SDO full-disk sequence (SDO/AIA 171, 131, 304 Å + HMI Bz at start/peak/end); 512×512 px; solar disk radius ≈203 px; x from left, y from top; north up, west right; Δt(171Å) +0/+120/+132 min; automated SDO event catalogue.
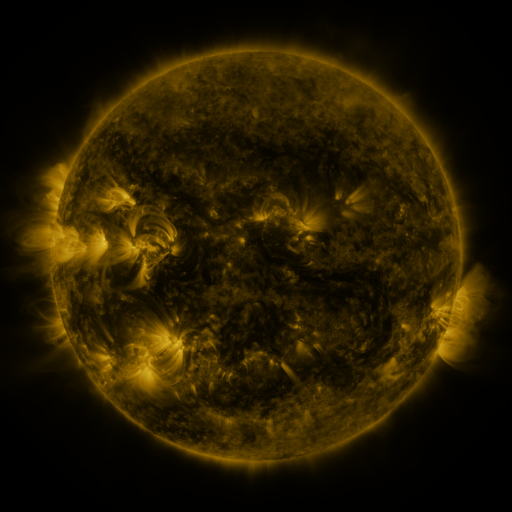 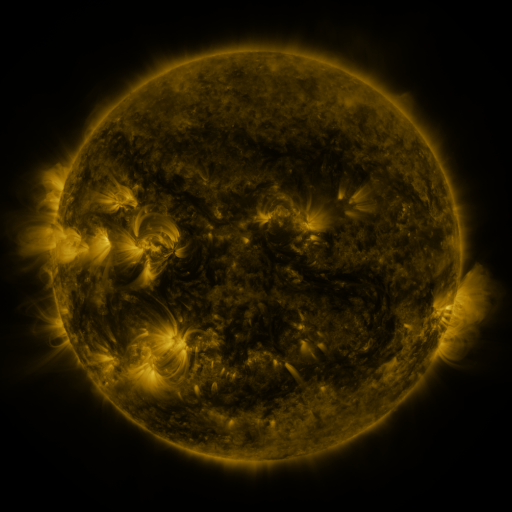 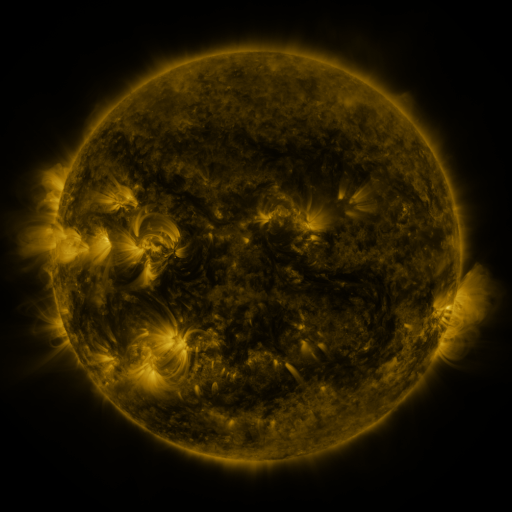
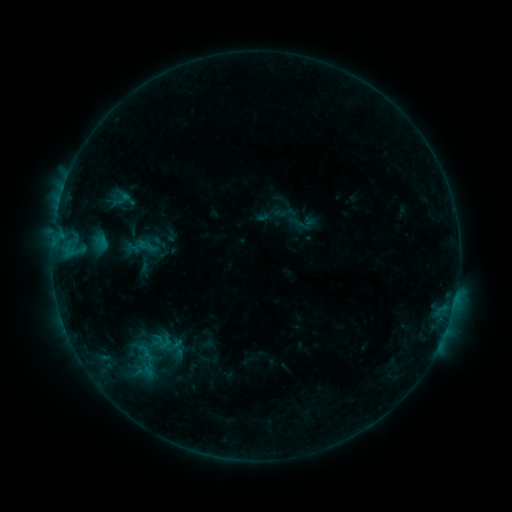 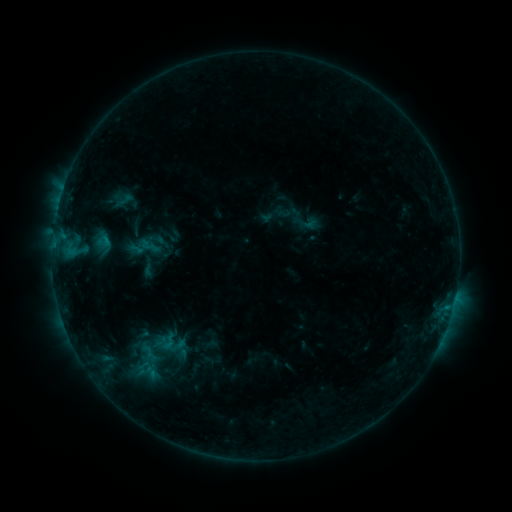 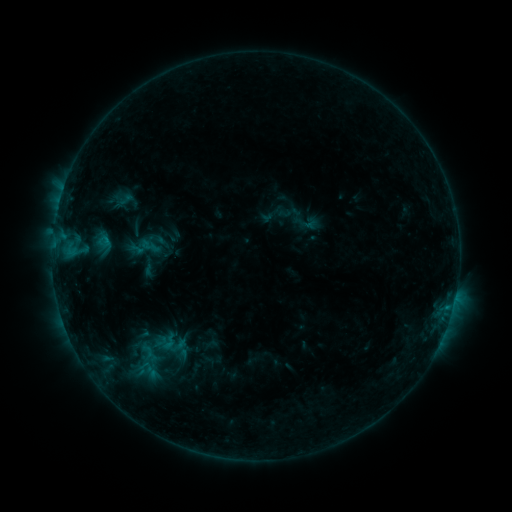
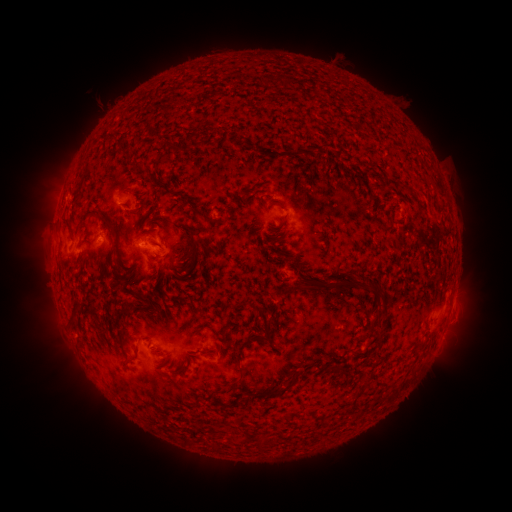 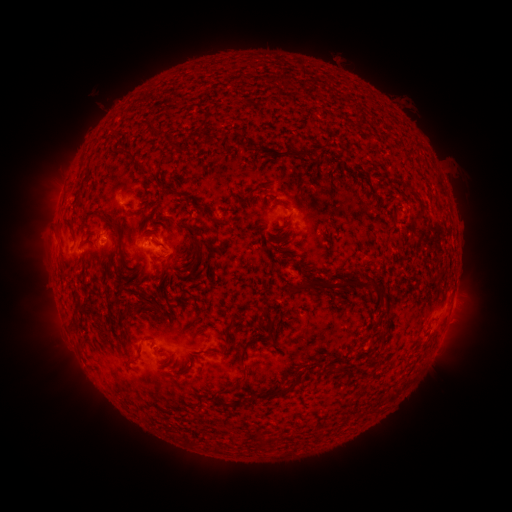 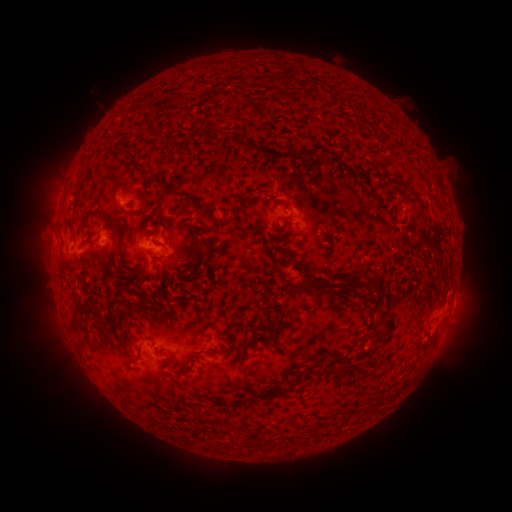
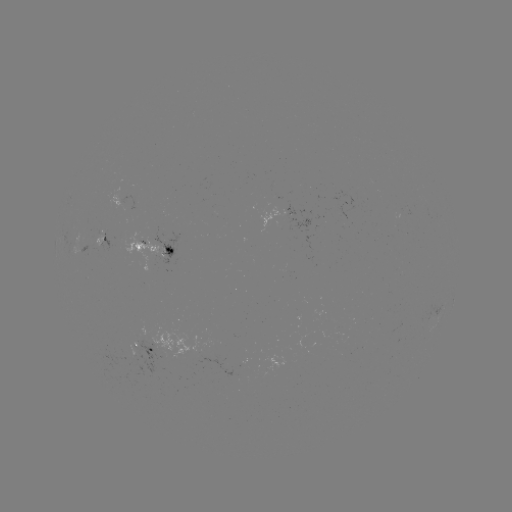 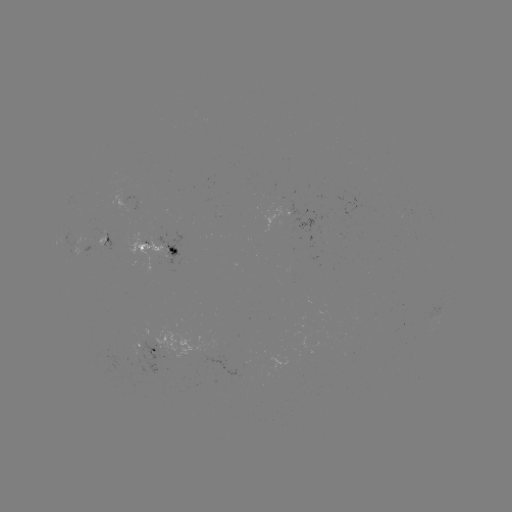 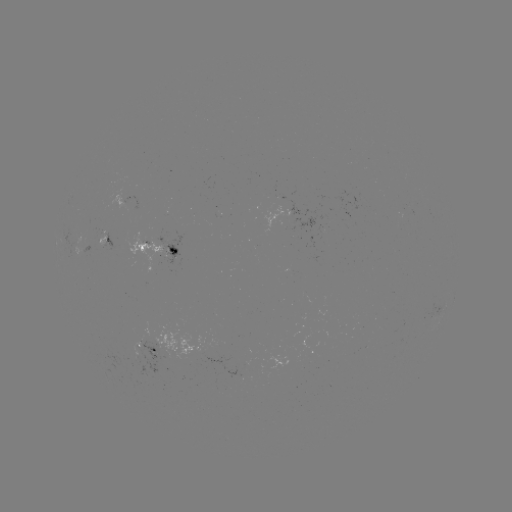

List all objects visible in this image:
emerging-flux region: (99, 234)
